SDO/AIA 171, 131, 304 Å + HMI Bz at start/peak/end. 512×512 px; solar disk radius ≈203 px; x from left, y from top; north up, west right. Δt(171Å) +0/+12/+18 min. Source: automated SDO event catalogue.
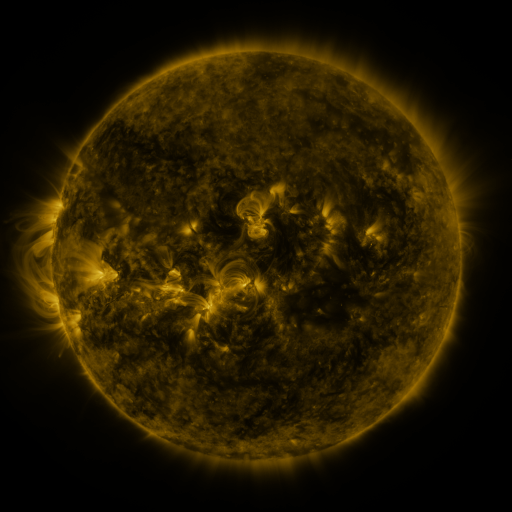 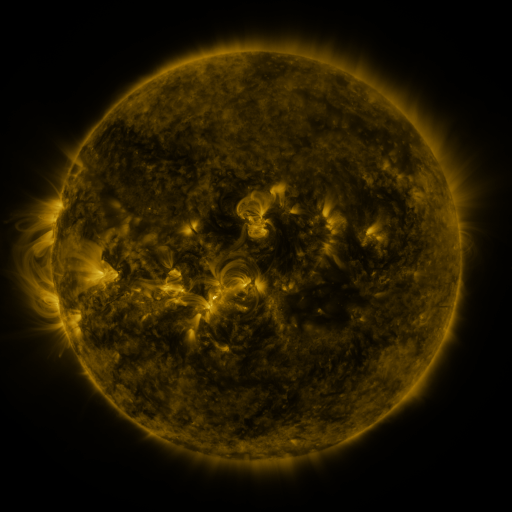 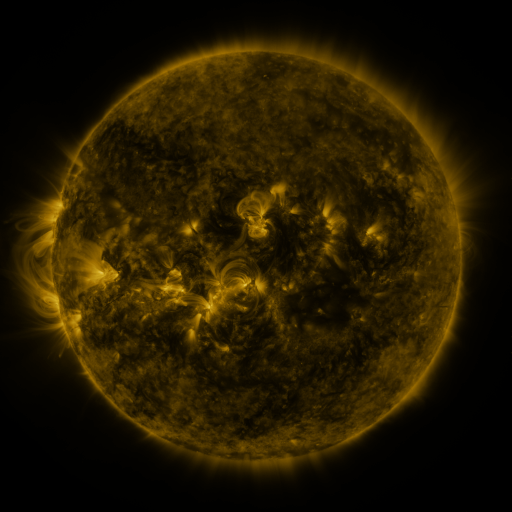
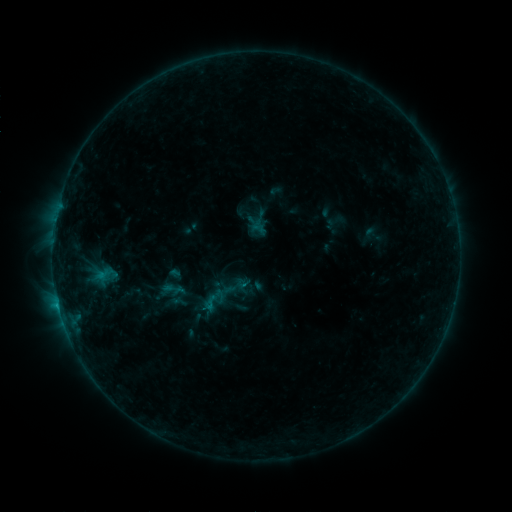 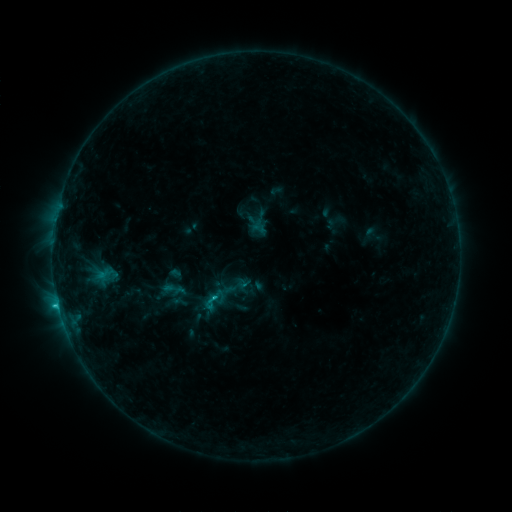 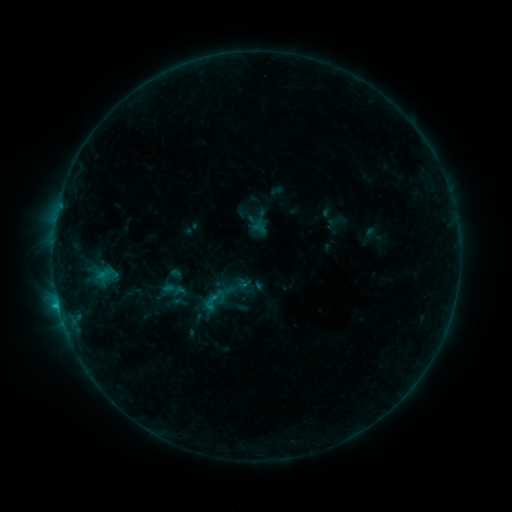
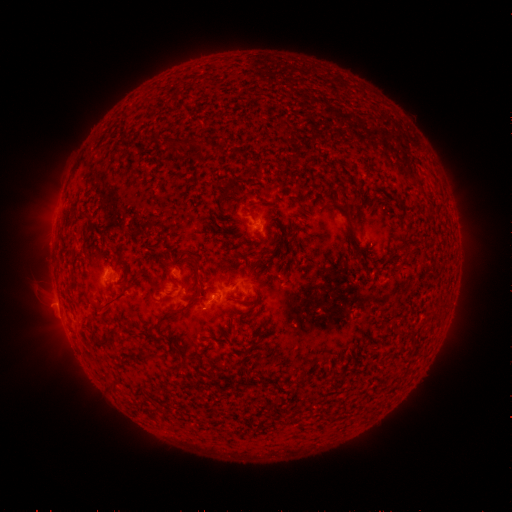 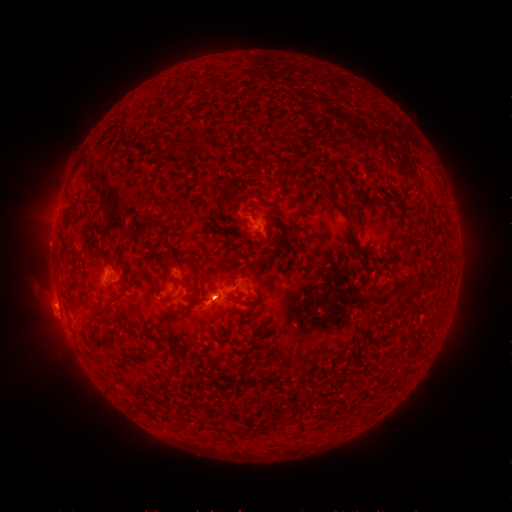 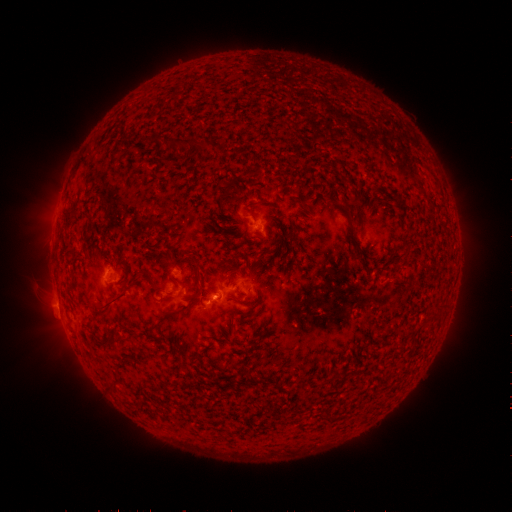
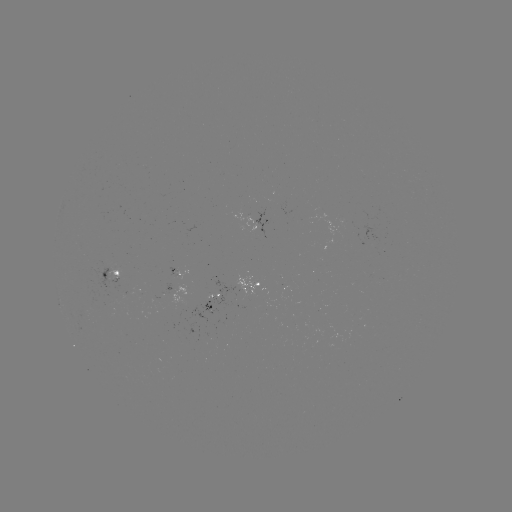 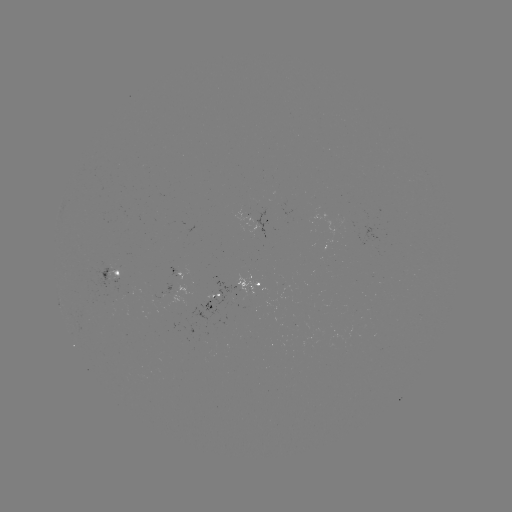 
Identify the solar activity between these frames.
C1.2 flare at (217, 297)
